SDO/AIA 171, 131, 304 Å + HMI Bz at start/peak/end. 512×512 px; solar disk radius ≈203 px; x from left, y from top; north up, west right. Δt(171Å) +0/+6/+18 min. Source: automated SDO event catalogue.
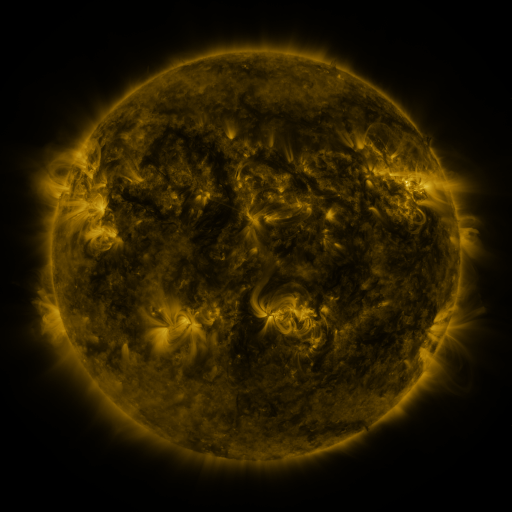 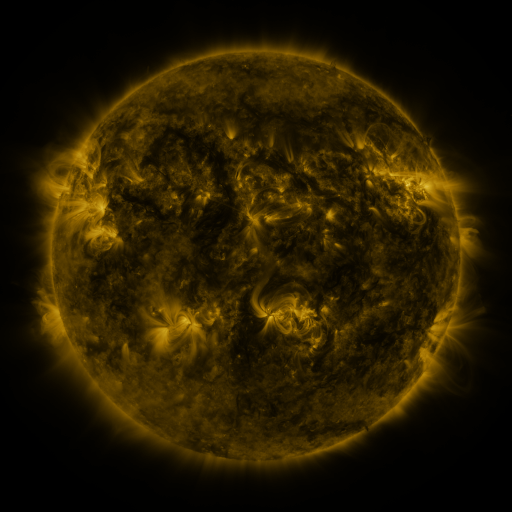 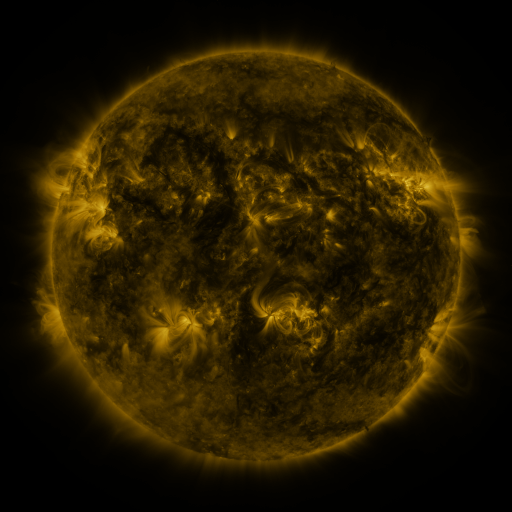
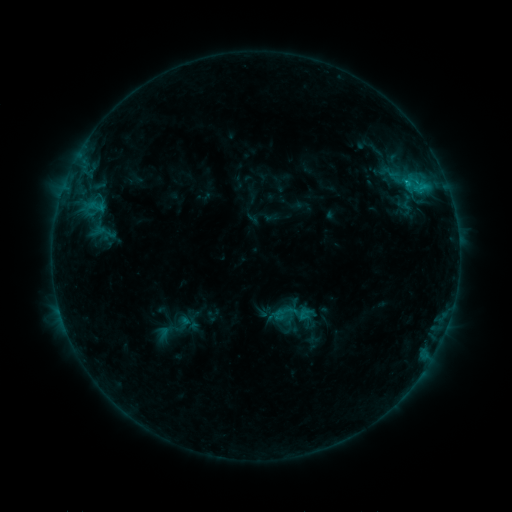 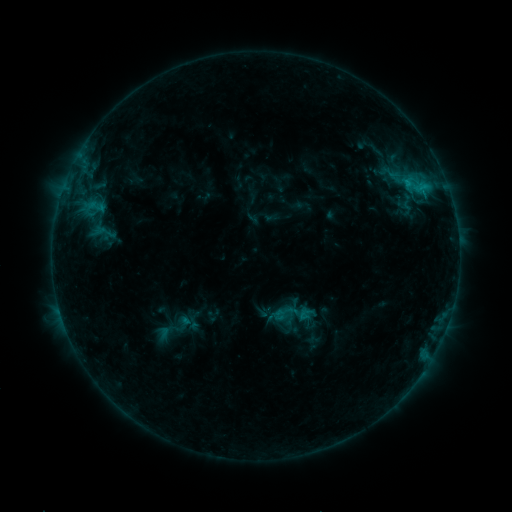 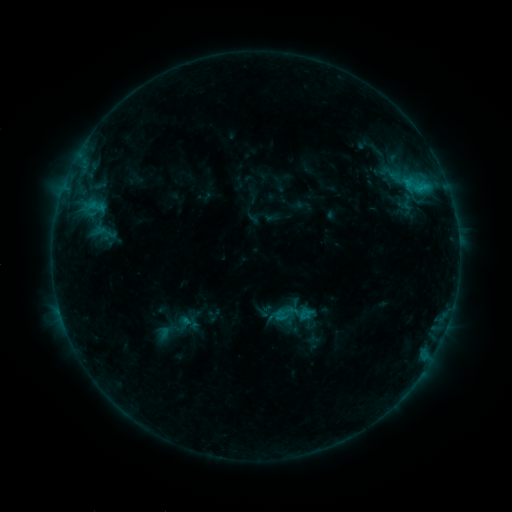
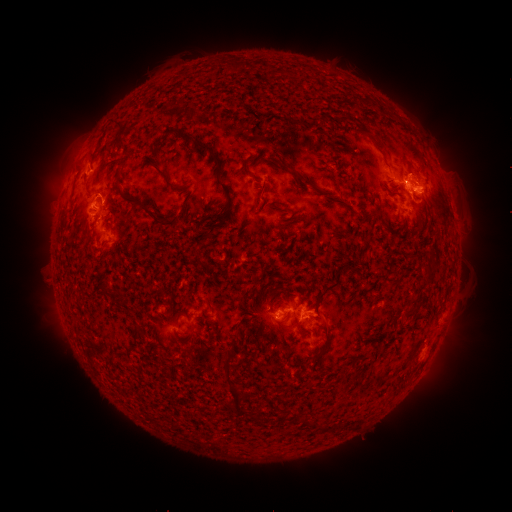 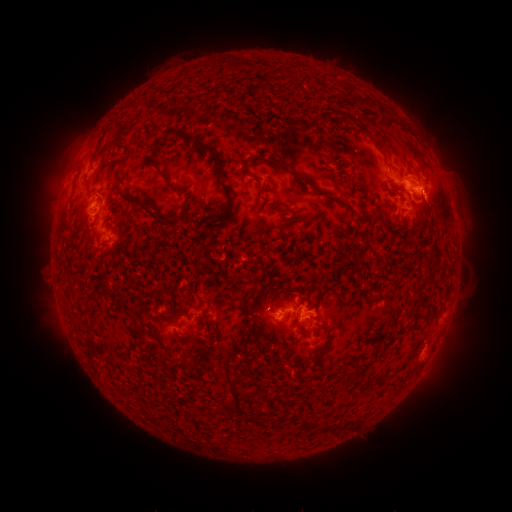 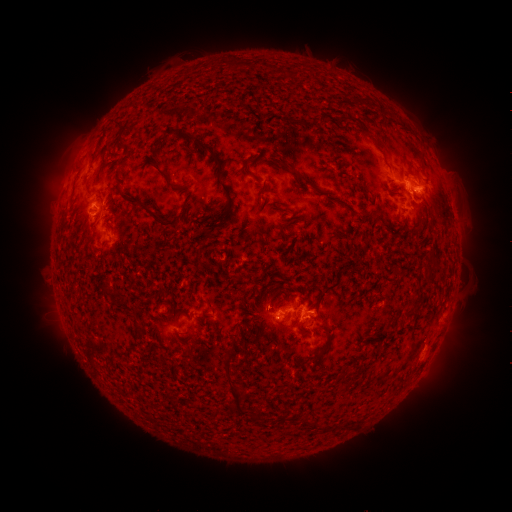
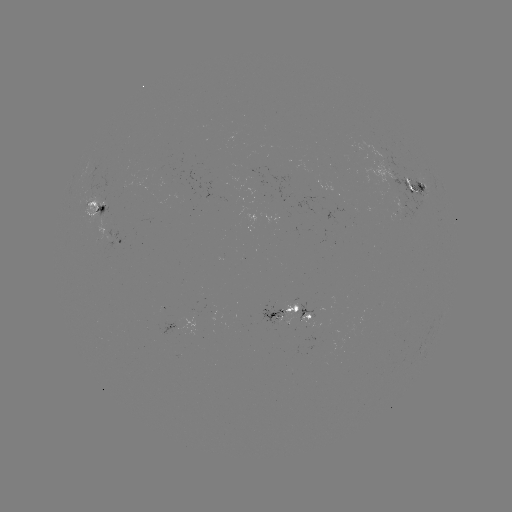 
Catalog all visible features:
eruption: (67, 171)
